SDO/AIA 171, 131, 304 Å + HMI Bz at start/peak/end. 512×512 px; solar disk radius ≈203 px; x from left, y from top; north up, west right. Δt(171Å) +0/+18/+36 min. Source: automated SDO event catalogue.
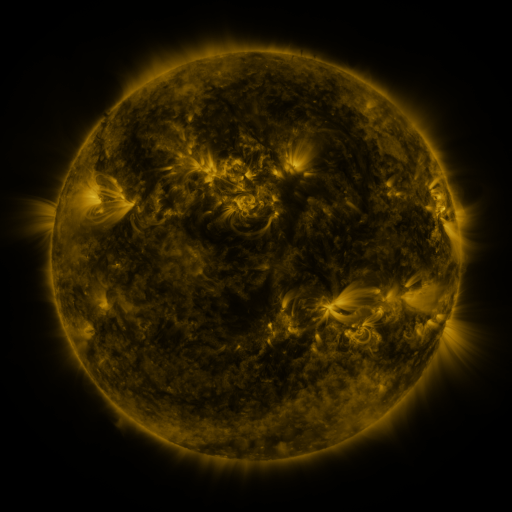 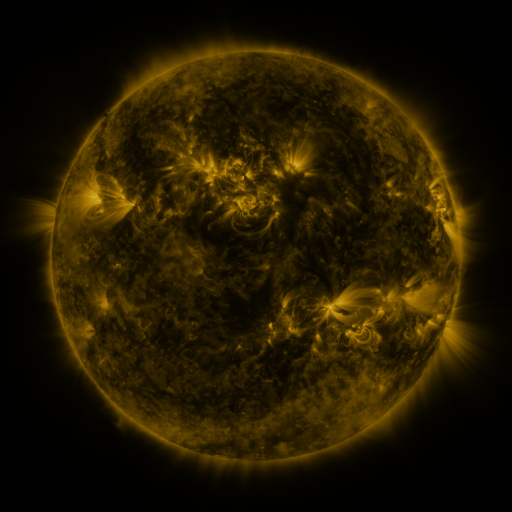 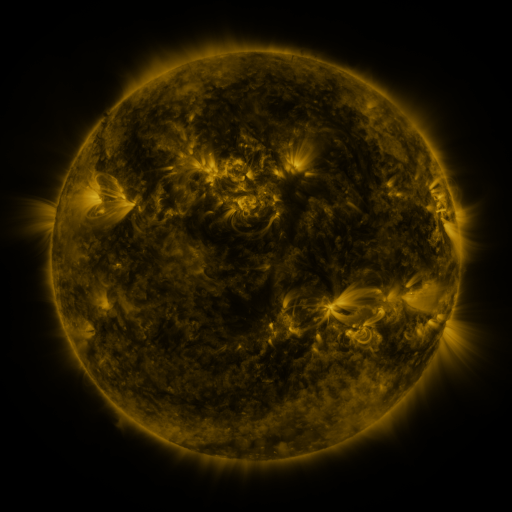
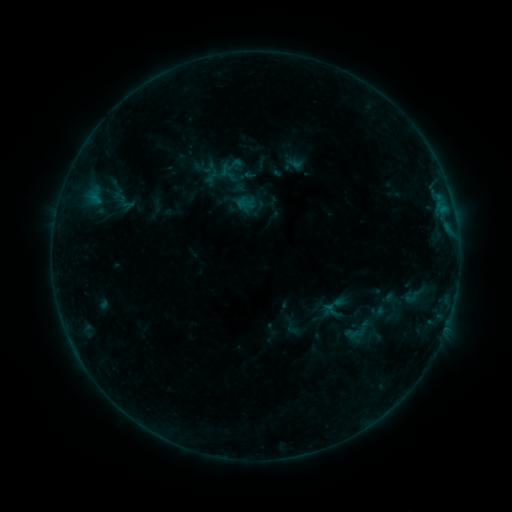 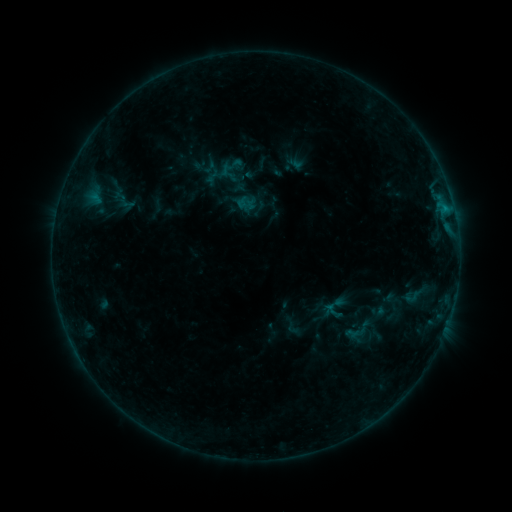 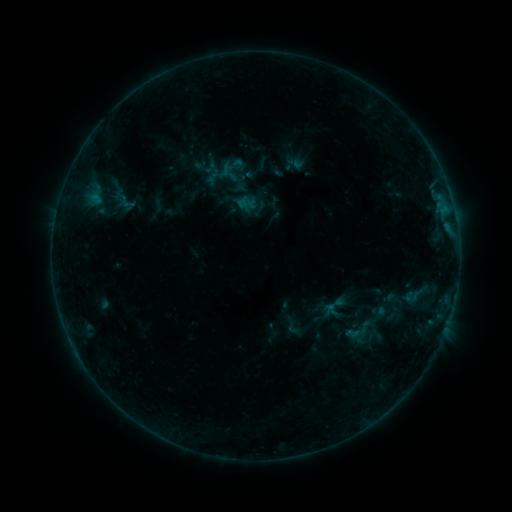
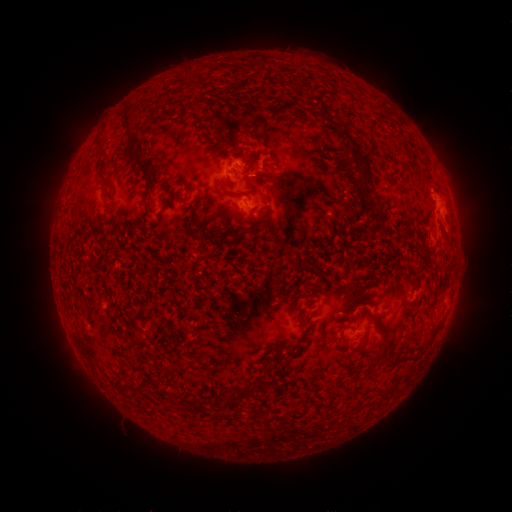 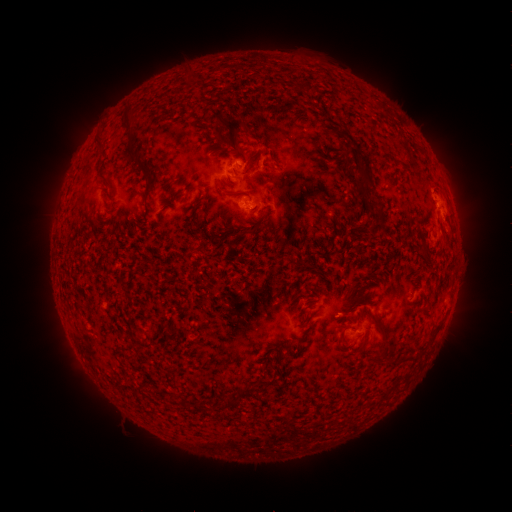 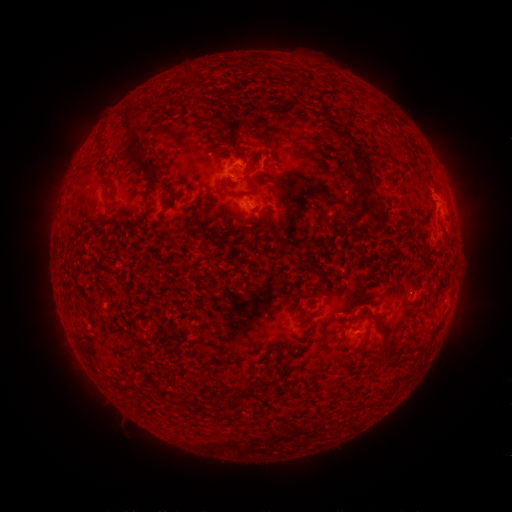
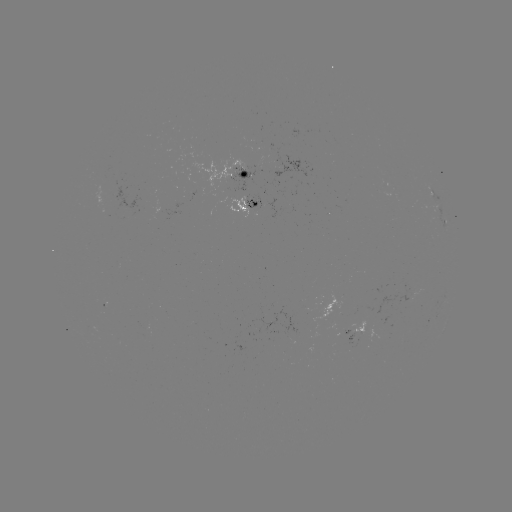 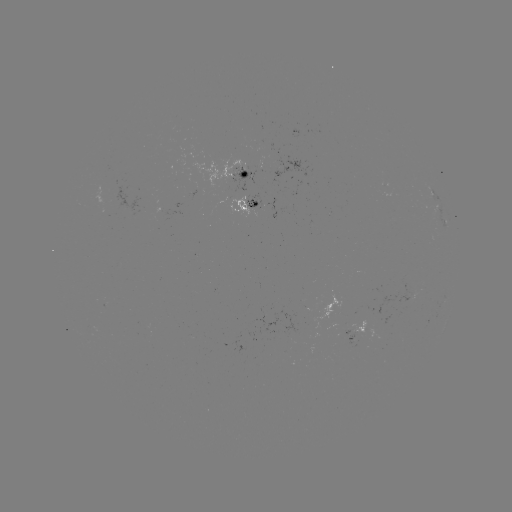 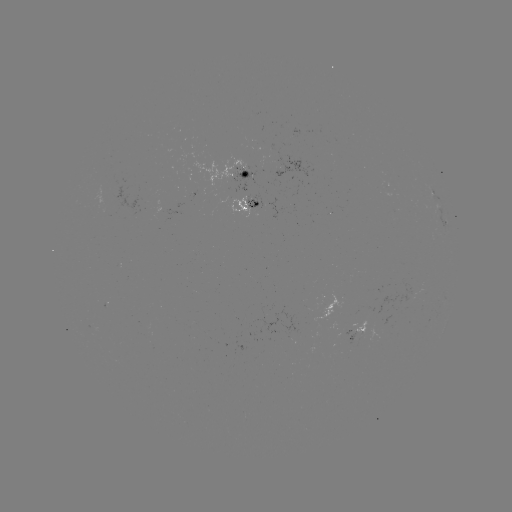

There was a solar flare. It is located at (445, 210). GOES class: B5.9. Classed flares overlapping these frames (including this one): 1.